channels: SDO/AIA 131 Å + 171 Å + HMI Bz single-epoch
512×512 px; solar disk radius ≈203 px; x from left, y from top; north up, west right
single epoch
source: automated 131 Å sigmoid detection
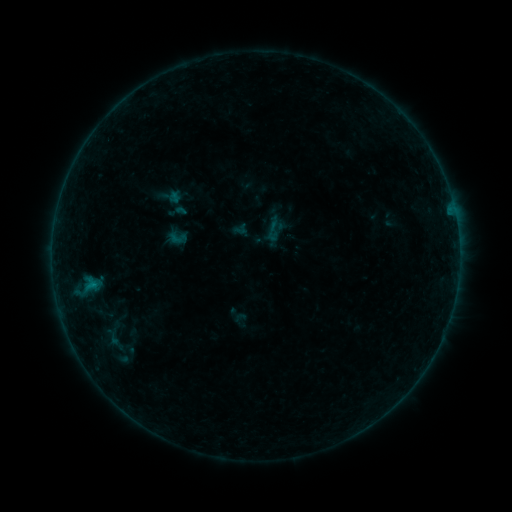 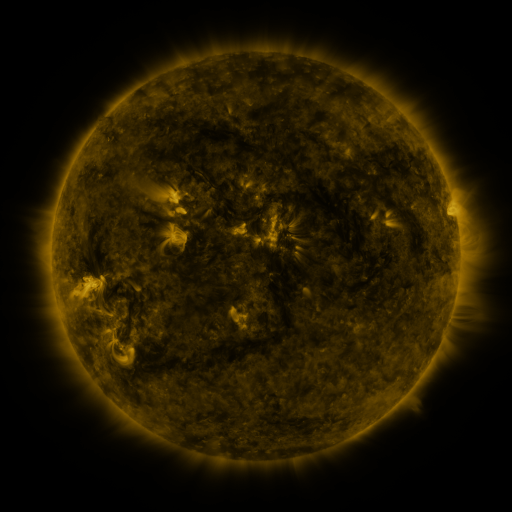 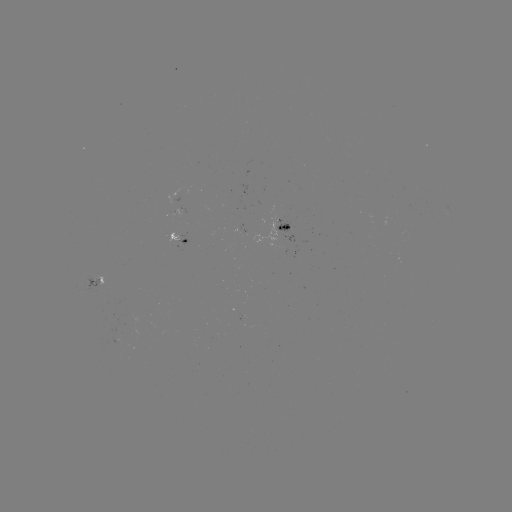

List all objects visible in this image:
sigmoid: (275, 230)
